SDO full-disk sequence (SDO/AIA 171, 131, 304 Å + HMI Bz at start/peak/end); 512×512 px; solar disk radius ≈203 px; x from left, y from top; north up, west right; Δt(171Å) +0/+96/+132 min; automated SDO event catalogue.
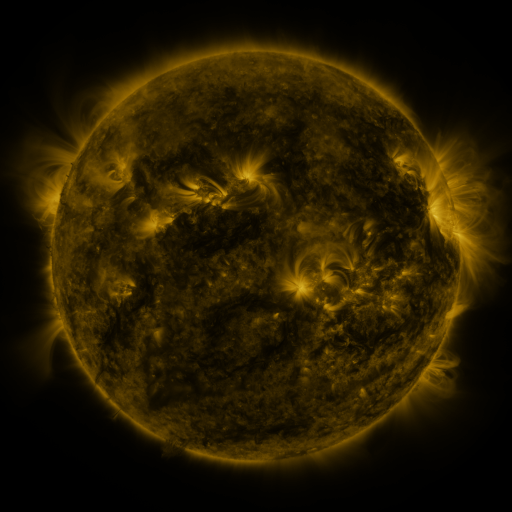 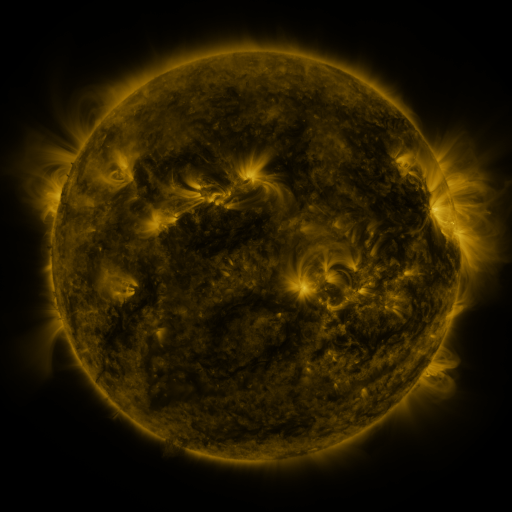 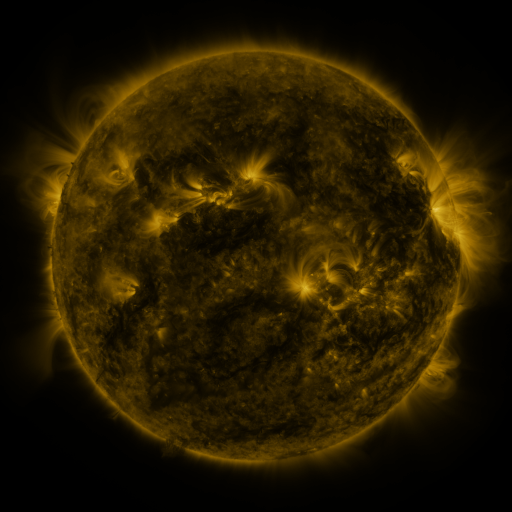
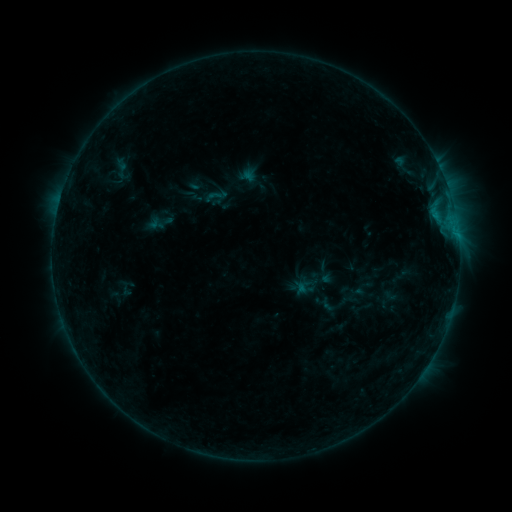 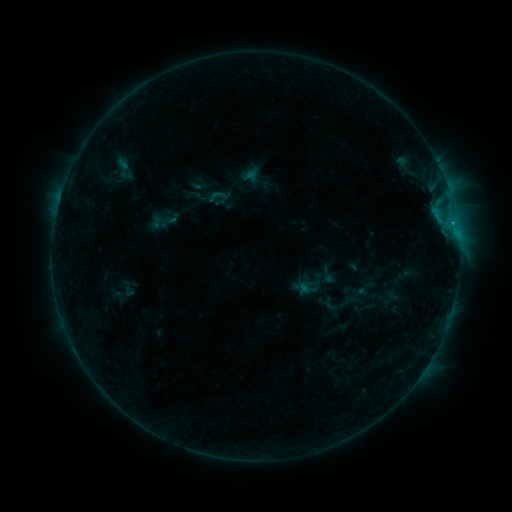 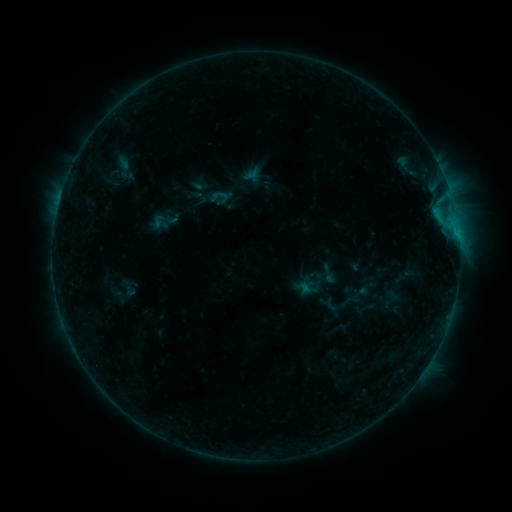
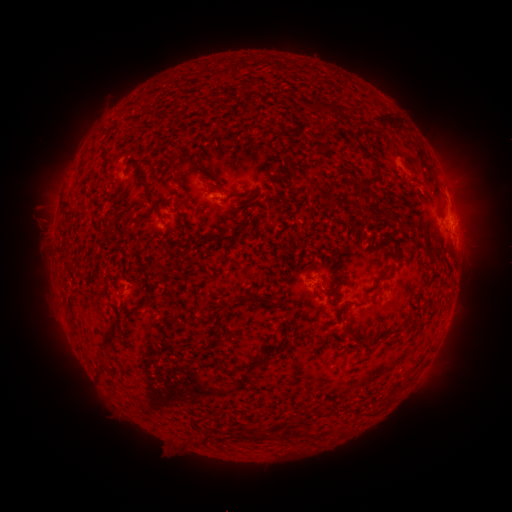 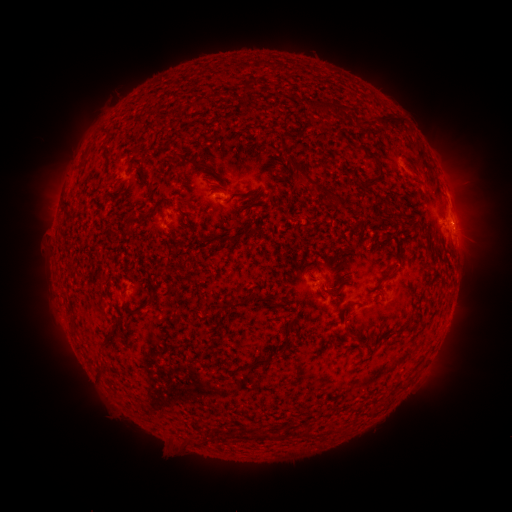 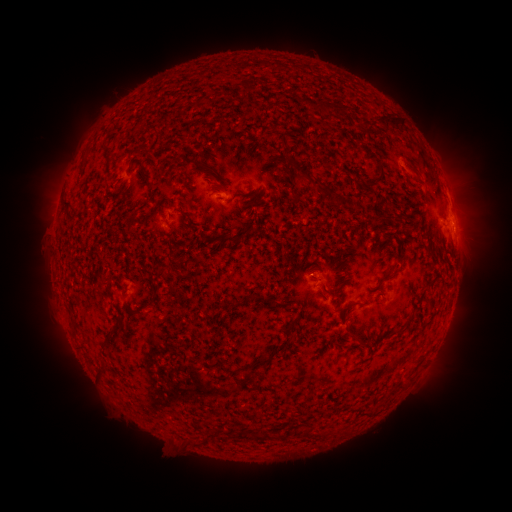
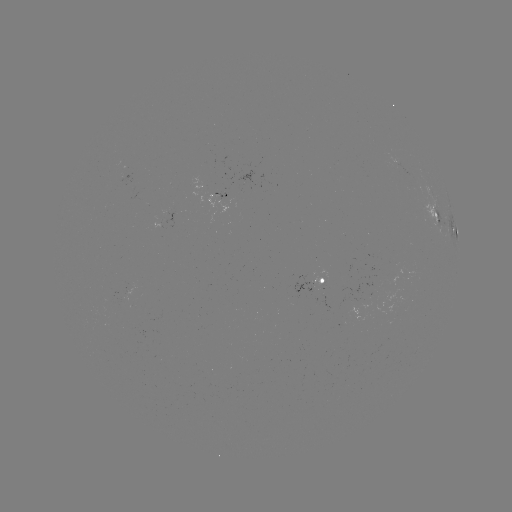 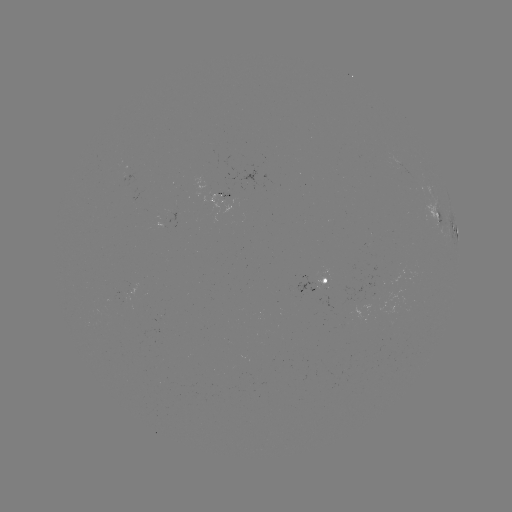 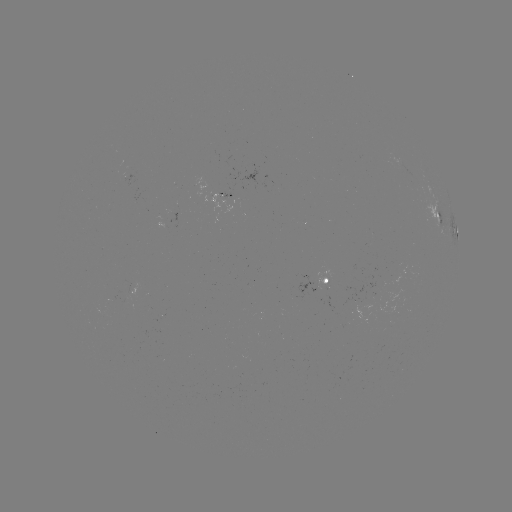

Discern emerging-flux region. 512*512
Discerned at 322,290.